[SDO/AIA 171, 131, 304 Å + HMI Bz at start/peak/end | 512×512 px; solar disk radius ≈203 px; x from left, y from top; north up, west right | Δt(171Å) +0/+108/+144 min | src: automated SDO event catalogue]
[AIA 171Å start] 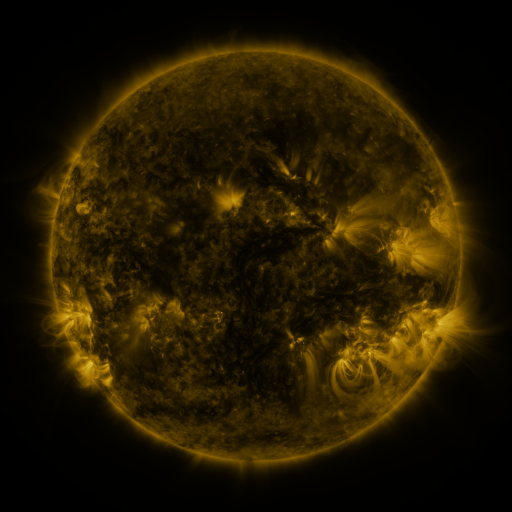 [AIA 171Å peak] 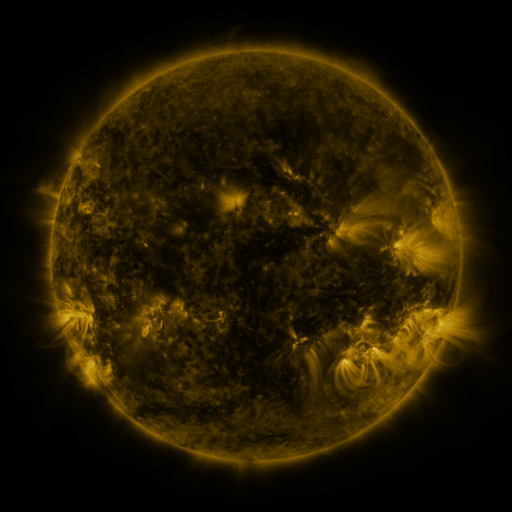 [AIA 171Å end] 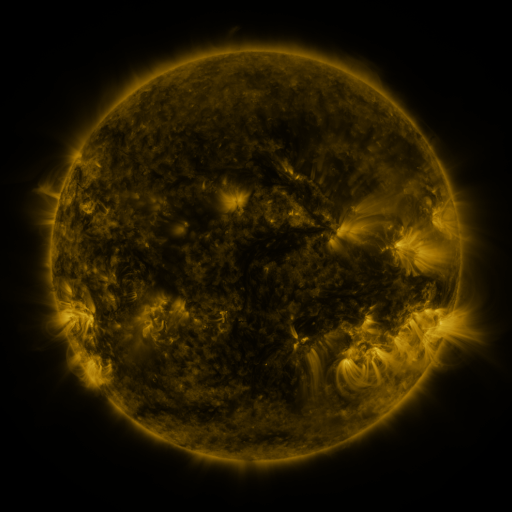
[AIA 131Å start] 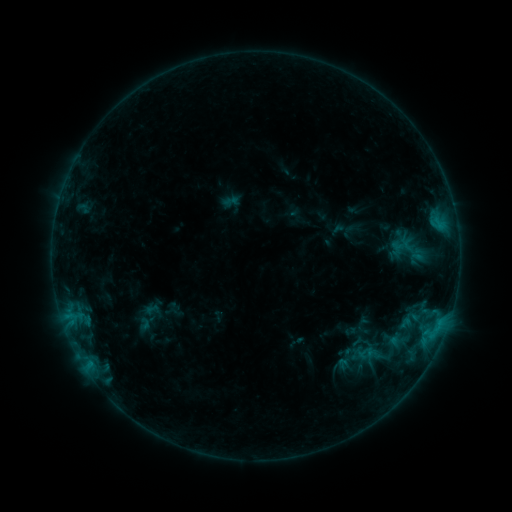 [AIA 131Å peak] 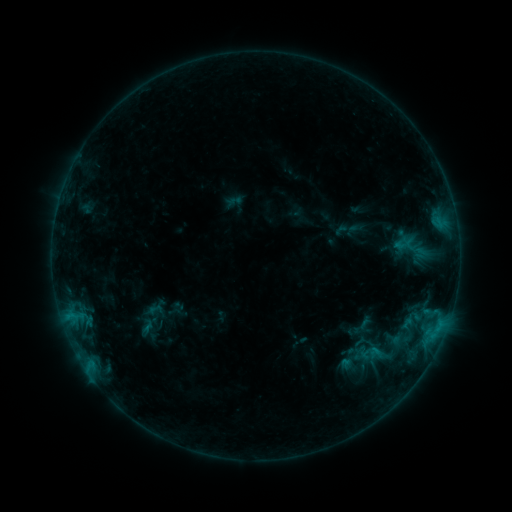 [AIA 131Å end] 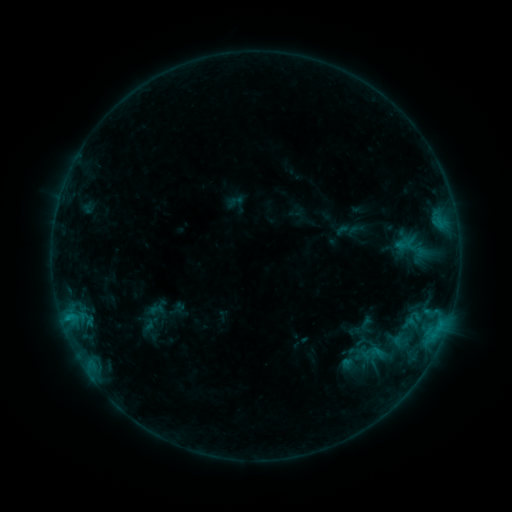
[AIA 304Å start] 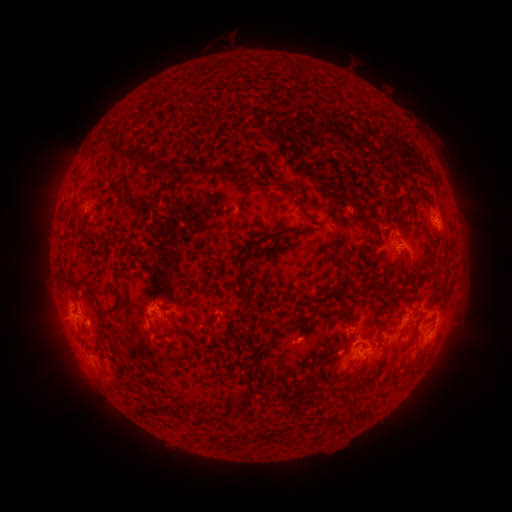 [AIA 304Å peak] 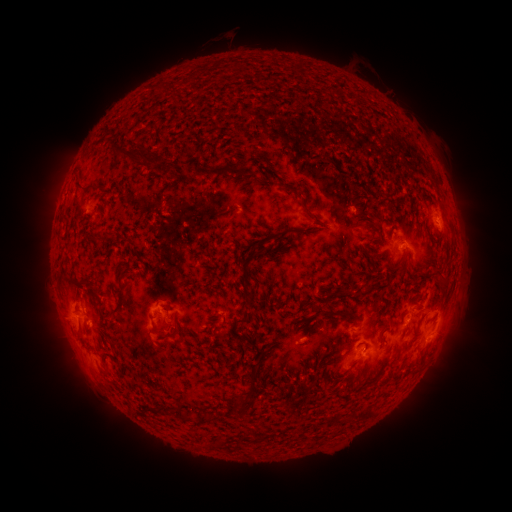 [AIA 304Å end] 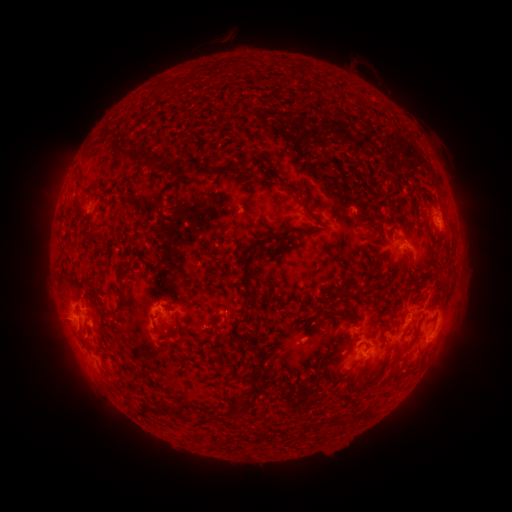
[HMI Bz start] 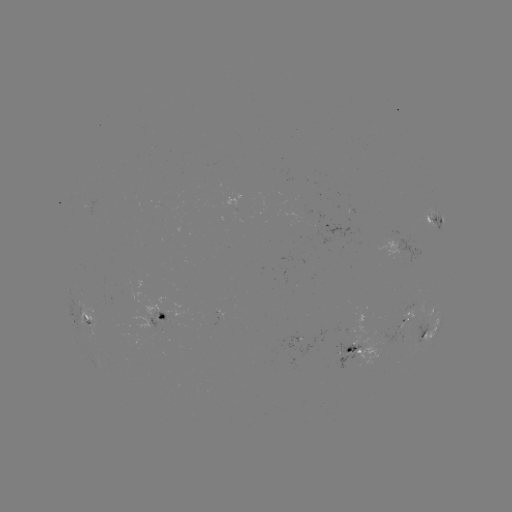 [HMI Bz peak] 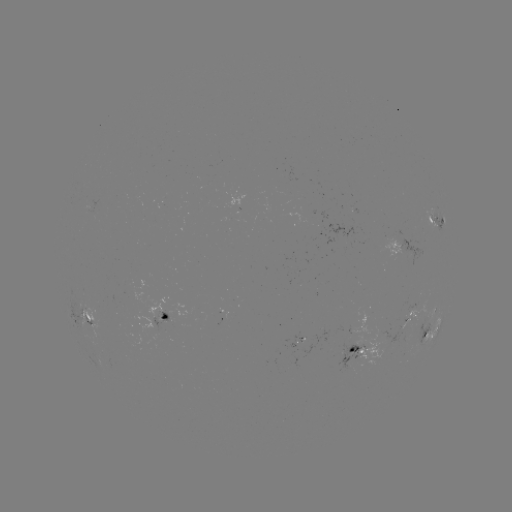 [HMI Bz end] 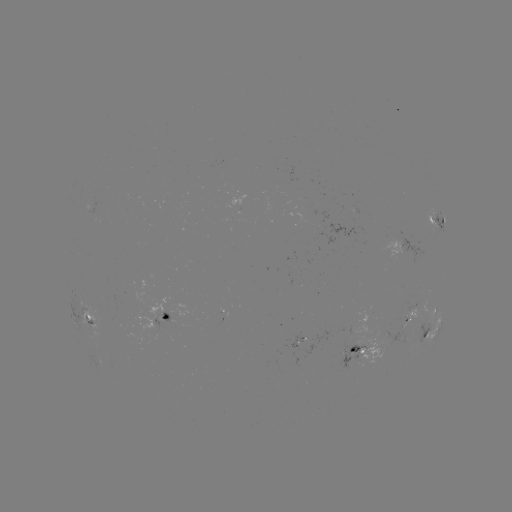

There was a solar emerging-flux region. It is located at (410, 251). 